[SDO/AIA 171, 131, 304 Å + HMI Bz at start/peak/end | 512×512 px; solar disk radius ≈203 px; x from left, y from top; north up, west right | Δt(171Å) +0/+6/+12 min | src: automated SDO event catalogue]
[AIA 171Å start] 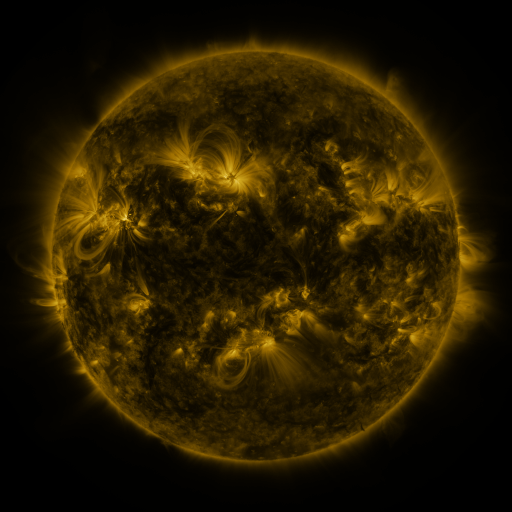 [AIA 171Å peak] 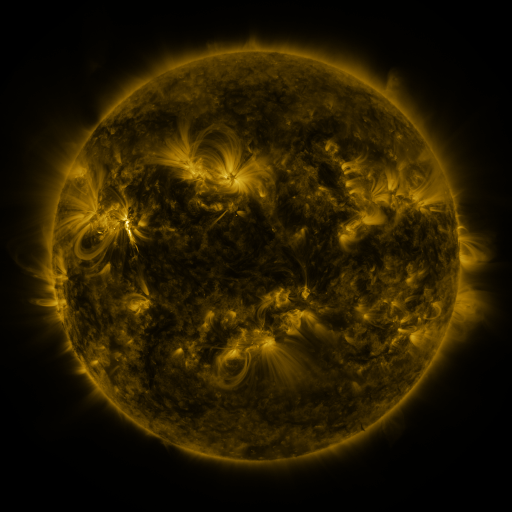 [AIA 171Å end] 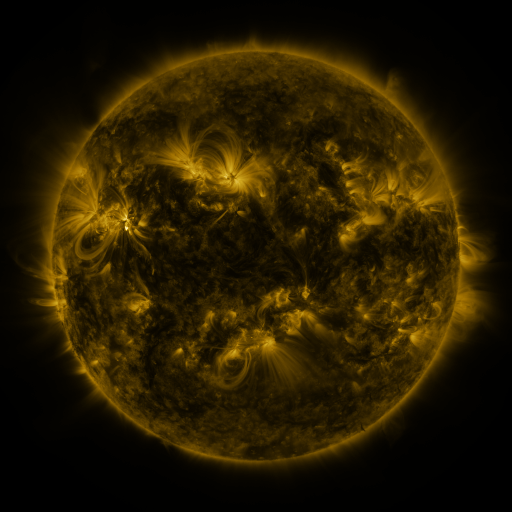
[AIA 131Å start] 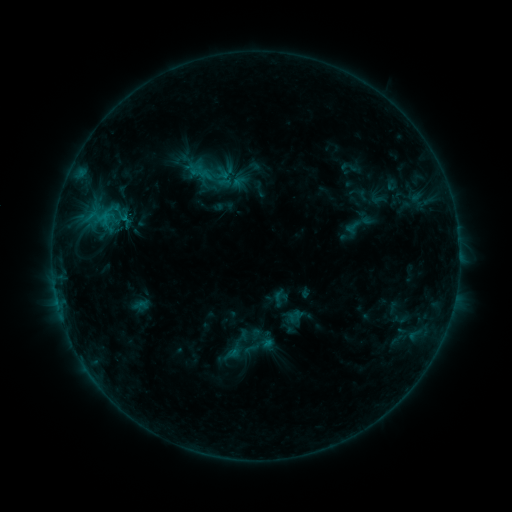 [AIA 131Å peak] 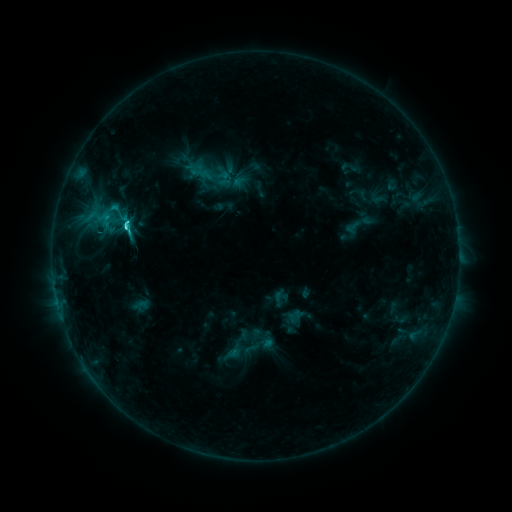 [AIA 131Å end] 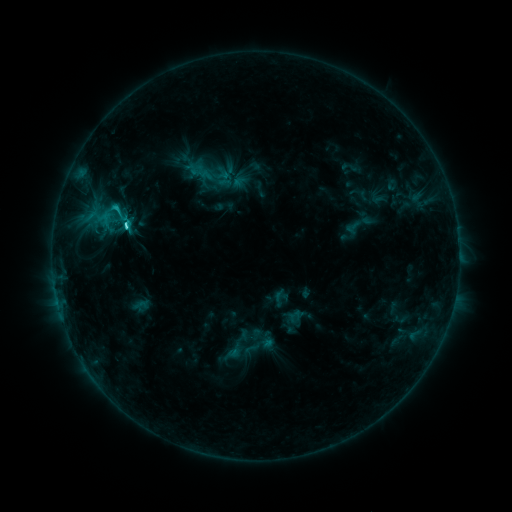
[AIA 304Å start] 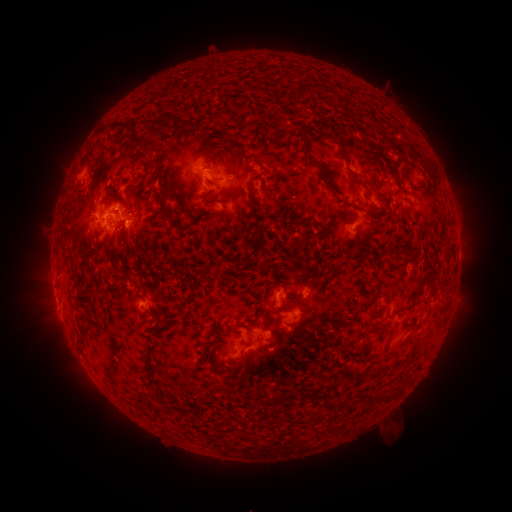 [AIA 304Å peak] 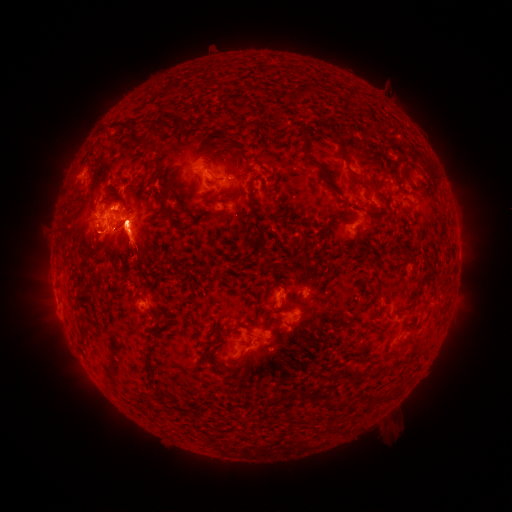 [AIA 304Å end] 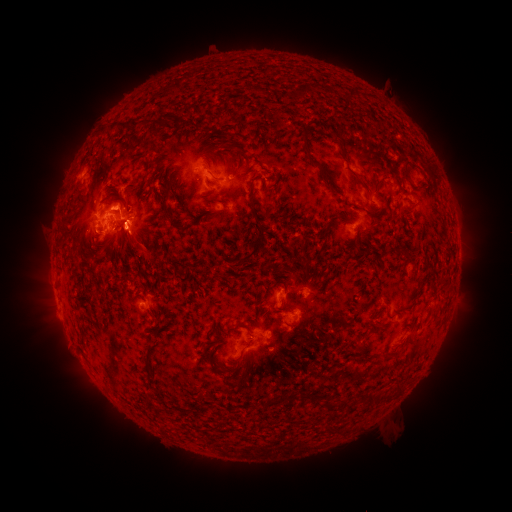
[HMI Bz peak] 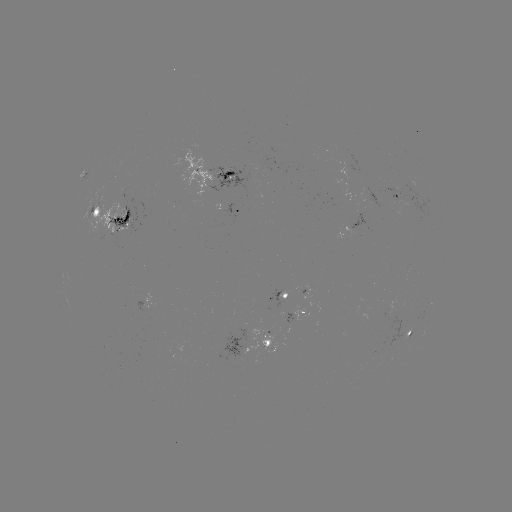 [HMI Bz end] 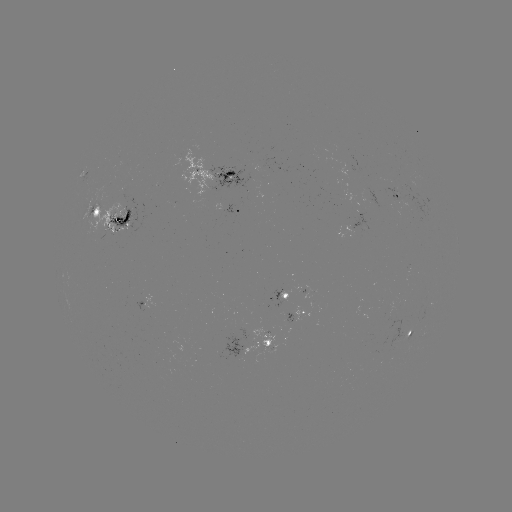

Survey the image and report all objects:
C4.3 flare: (127, 230)
